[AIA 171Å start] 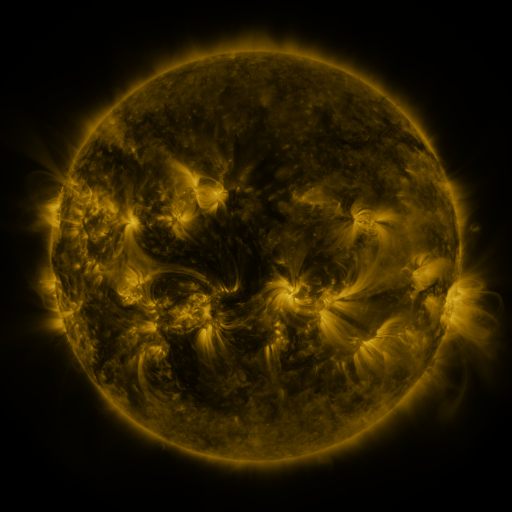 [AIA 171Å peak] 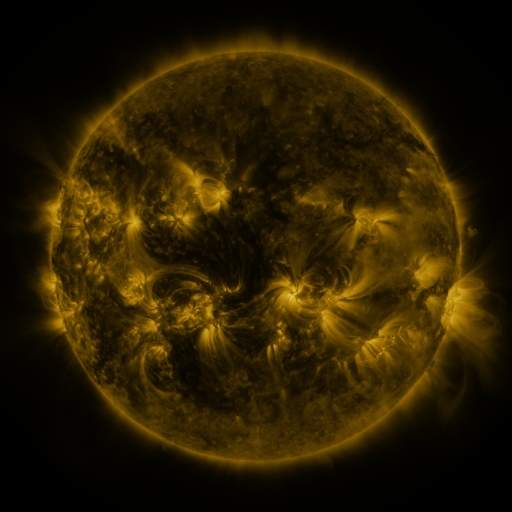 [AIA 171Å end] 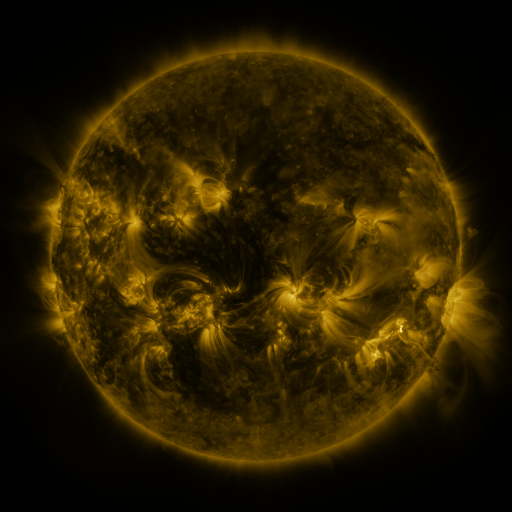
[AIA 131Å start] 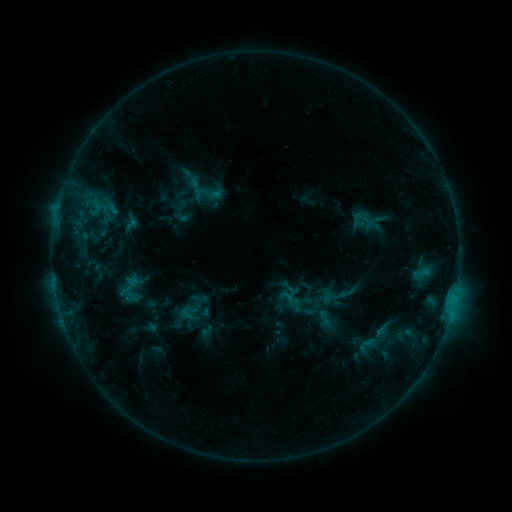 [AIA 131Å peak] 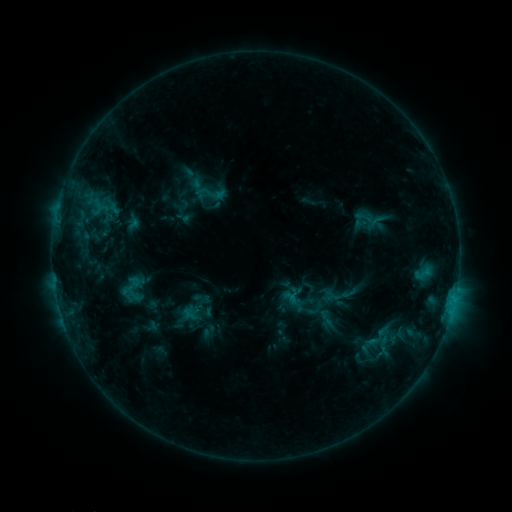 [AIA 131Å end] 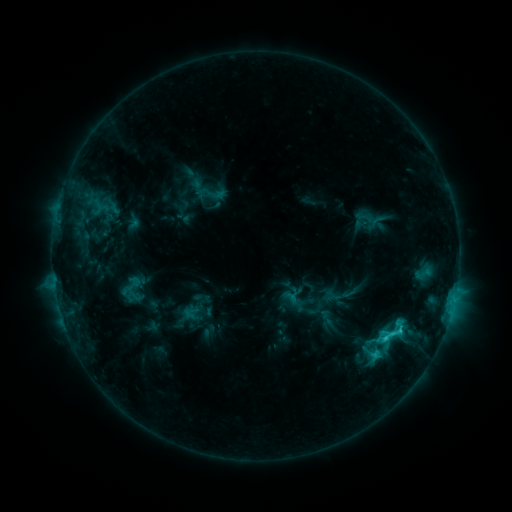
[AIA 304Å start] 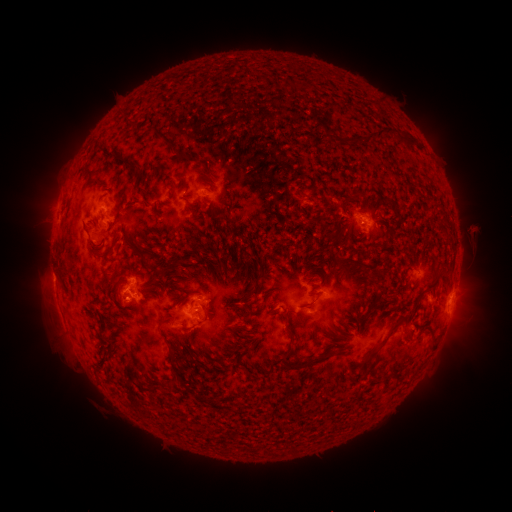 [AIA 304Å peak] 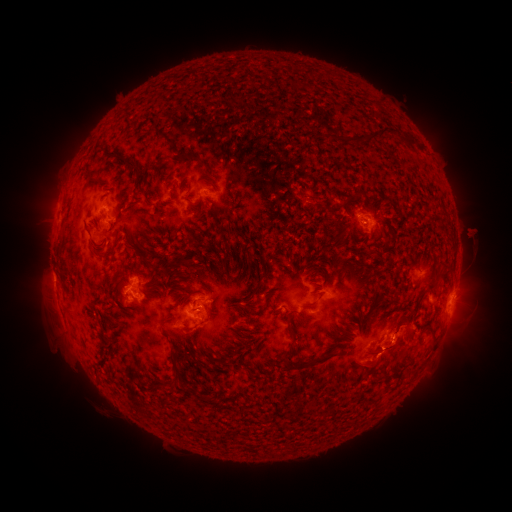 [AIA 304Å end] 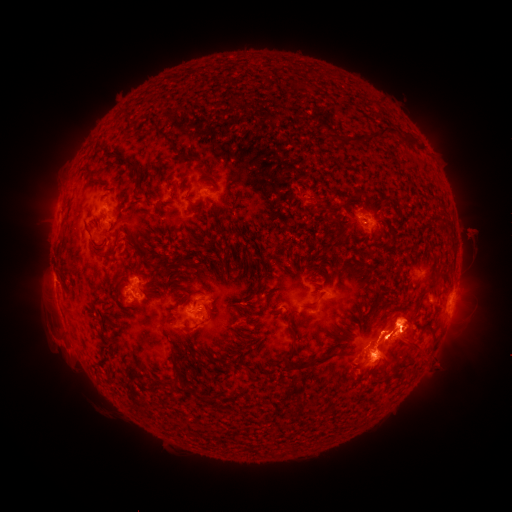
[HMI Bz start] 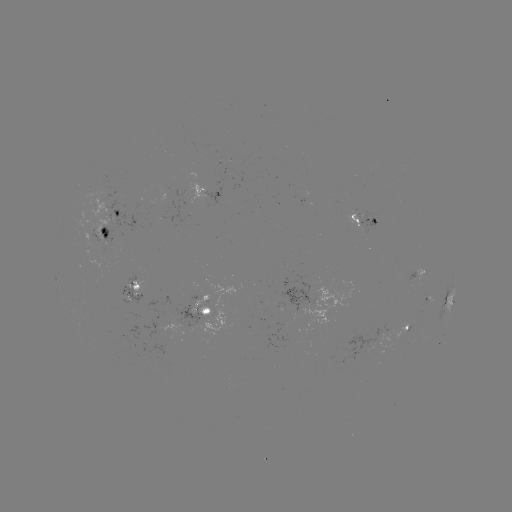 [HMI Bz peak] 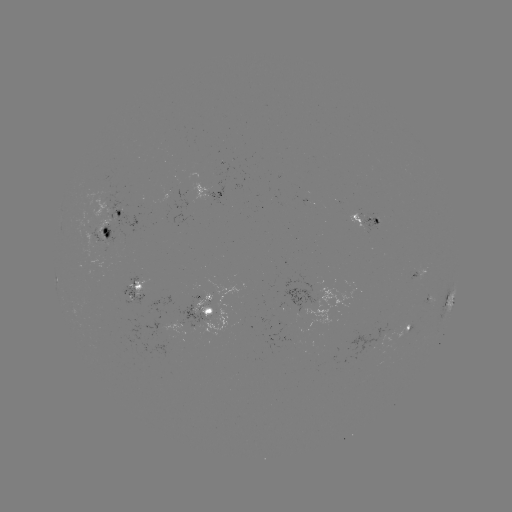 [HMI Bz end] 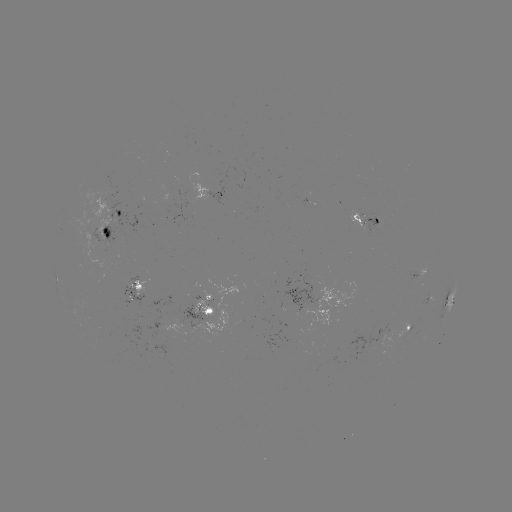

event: emerging-flux region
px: (376, 221)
